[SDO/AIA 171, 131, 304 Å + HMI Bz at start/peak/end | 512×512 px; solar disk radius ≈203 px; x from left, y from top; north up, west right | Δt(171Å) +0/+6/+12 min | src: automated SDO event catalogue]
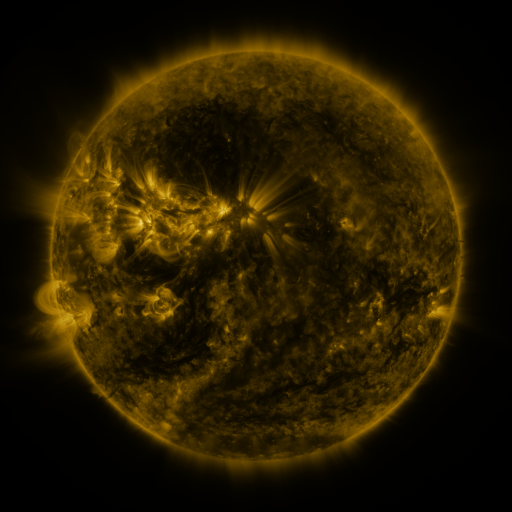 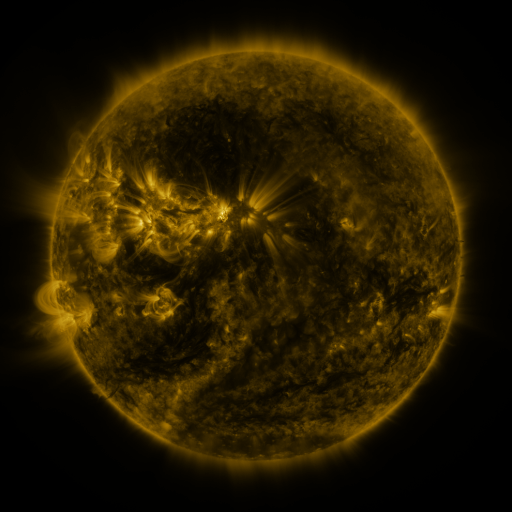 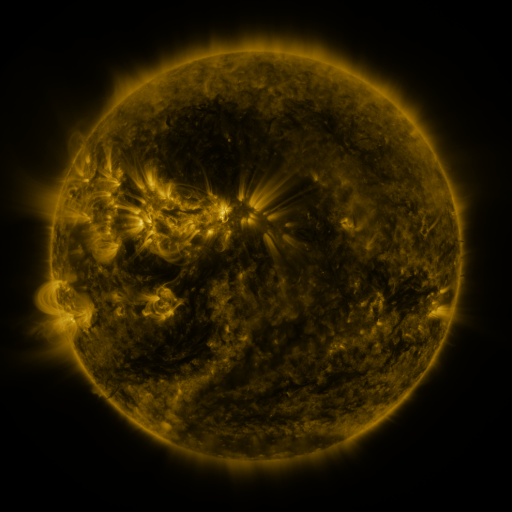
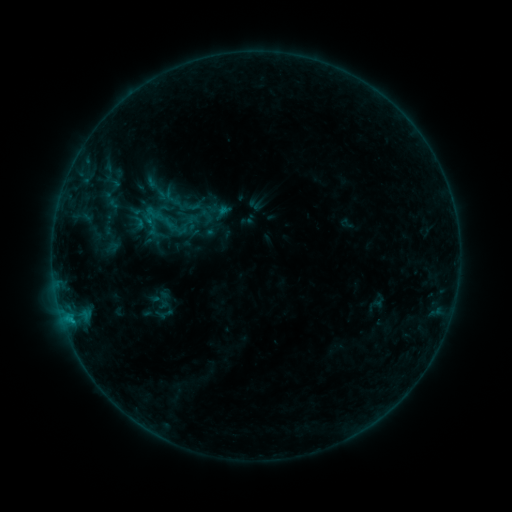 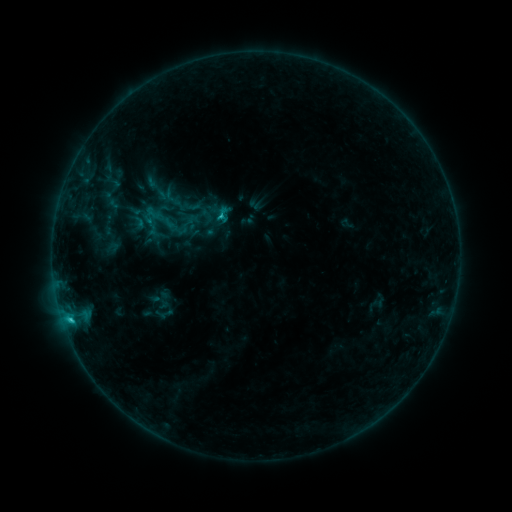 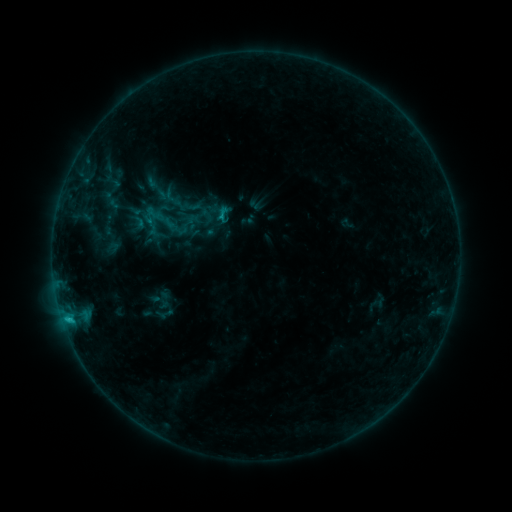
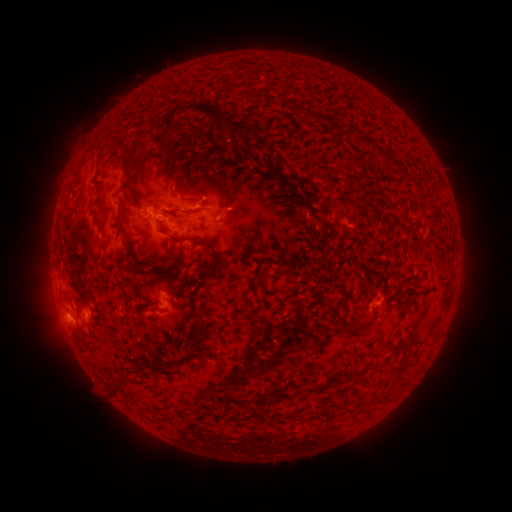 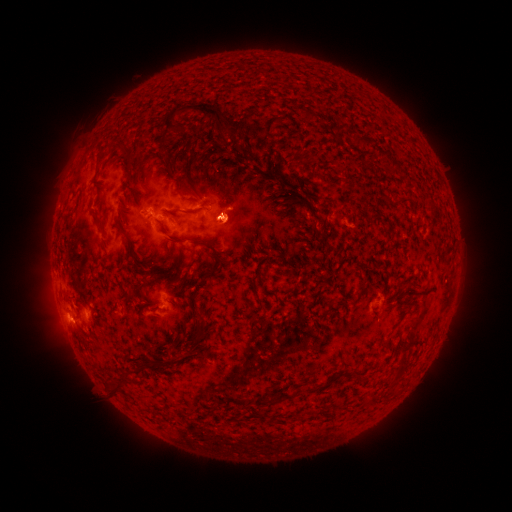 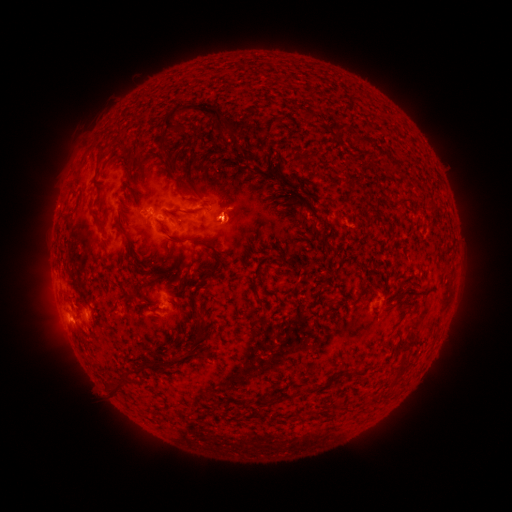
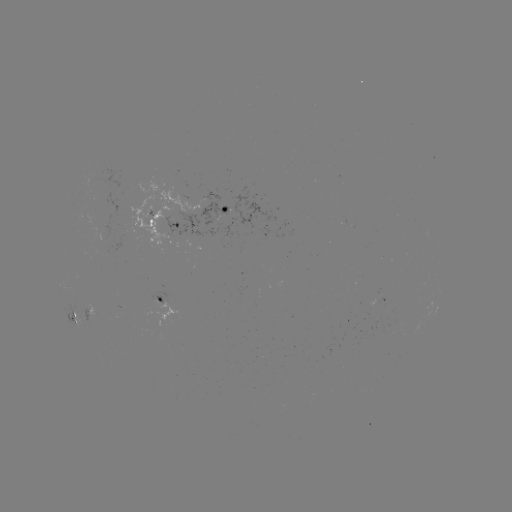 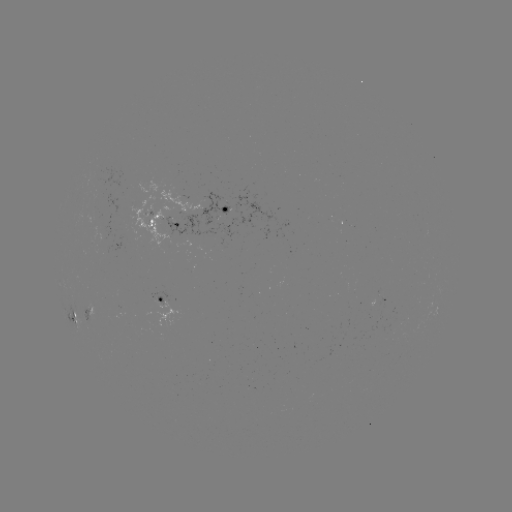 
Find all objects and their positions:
C1.2 flare: (72, 318)
